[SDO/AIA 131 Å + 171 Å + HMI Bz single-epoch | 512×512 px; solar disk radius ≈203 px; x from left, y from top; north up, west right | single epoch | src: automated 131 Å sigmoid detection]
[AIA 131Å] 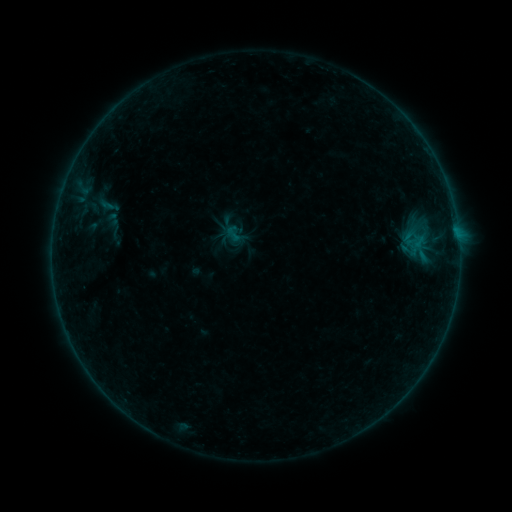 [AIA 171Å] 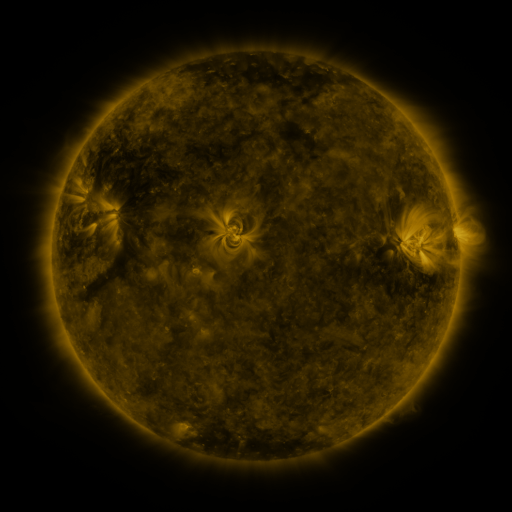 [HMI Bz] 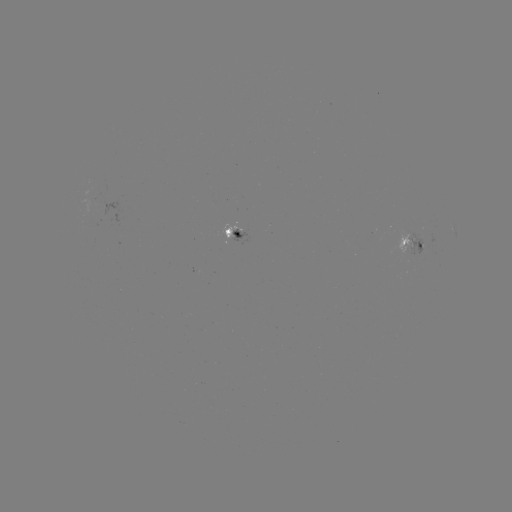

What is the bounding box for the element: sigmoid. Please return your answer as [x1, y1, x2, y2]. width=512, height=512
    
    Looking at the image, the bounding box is [224, 224, 242, 242].